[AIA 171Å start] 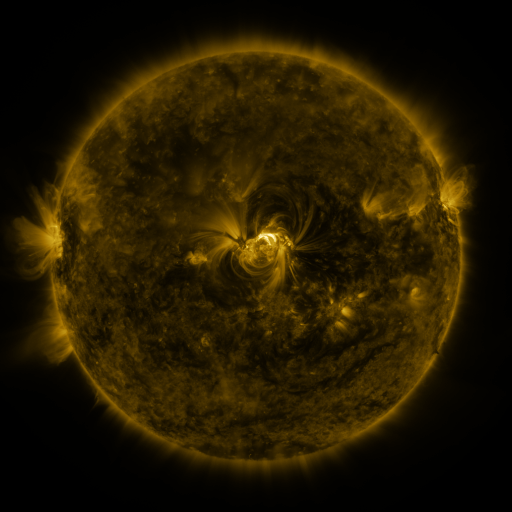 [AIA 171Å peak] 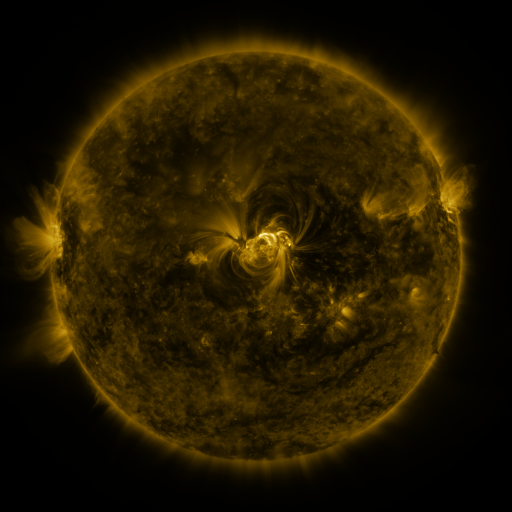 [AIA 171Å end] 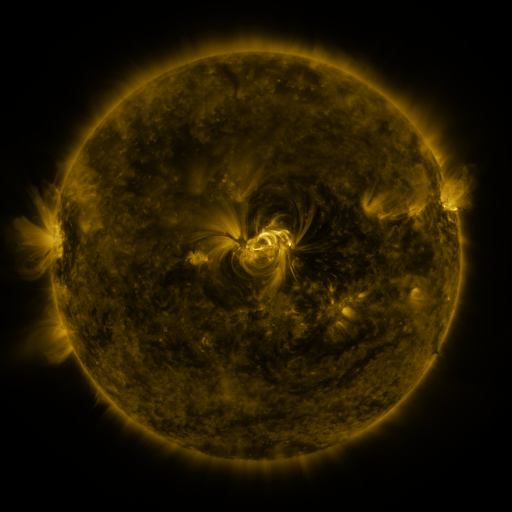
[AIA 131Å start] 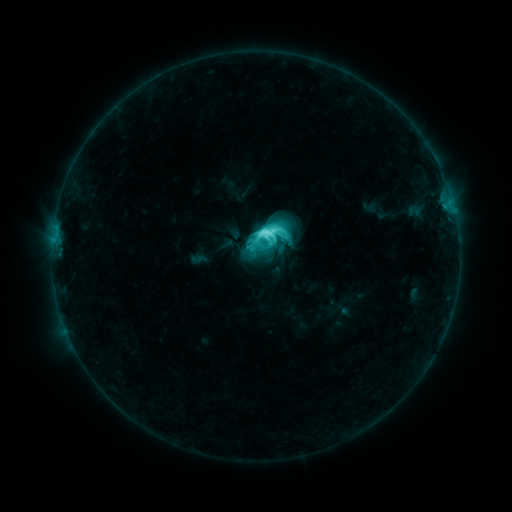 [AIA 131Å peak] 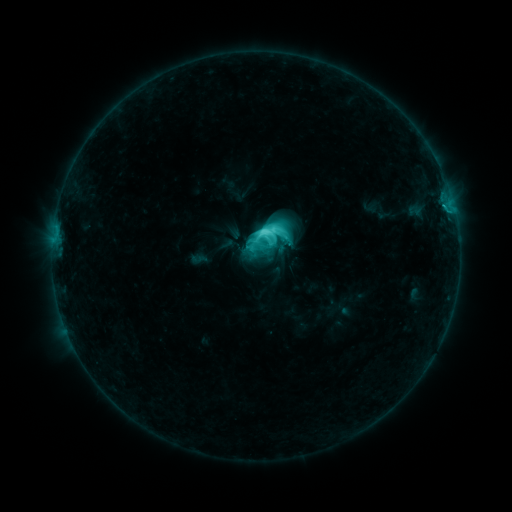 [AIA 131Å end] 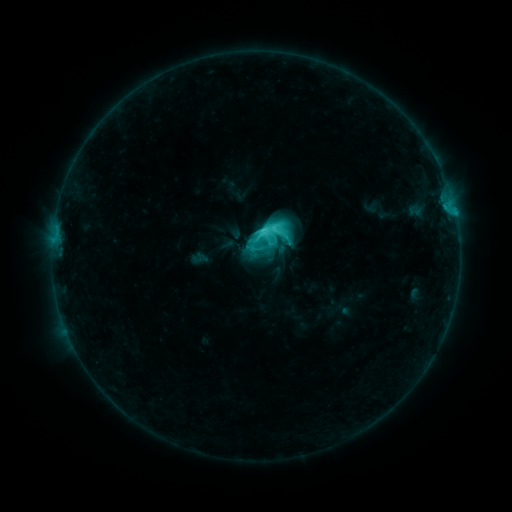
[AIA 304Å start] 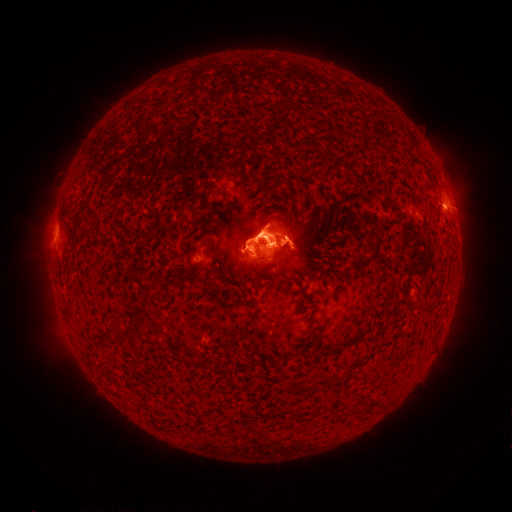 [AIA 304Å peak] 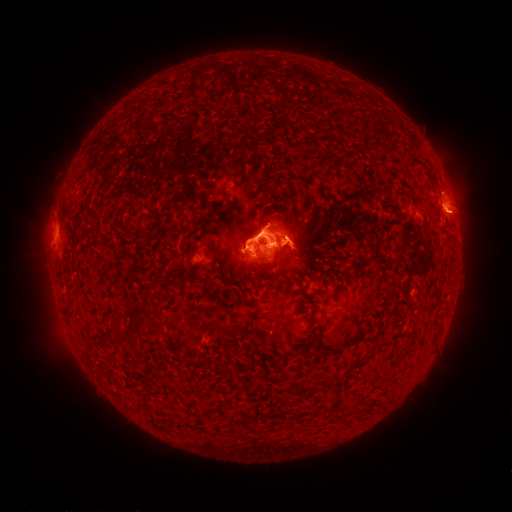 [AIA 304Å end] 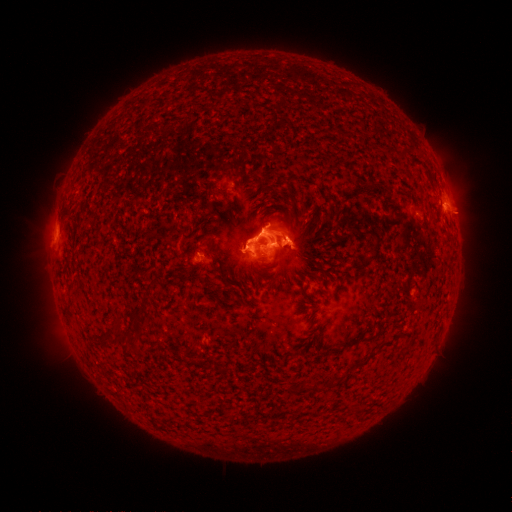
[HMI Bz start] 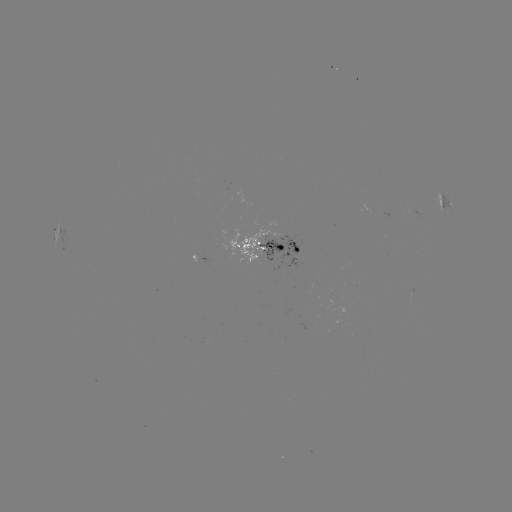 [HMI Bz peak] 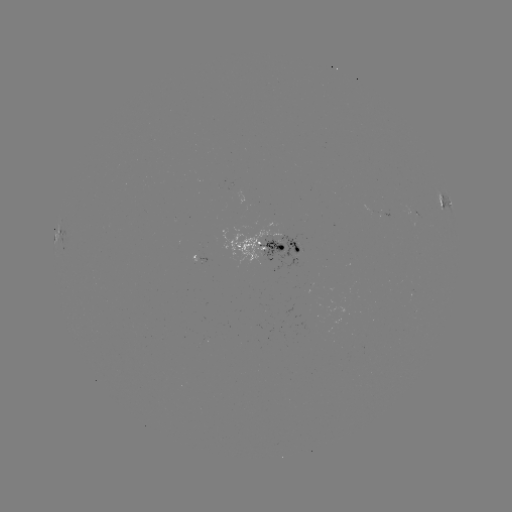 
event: eruption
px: (460, 216)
